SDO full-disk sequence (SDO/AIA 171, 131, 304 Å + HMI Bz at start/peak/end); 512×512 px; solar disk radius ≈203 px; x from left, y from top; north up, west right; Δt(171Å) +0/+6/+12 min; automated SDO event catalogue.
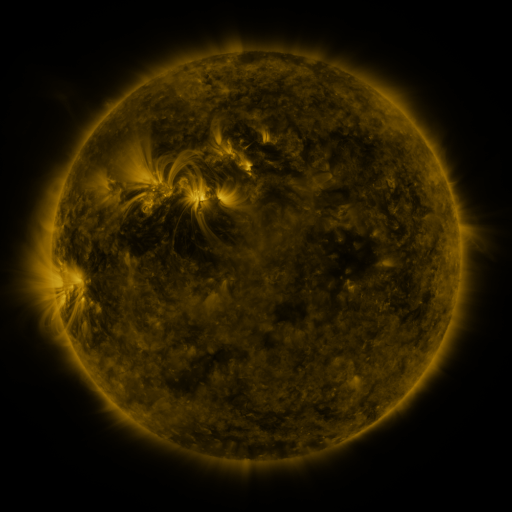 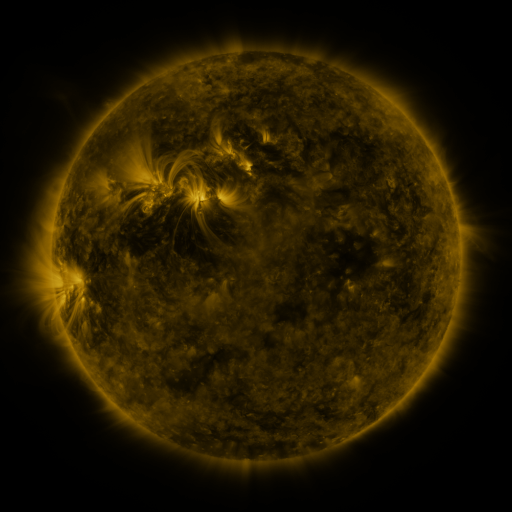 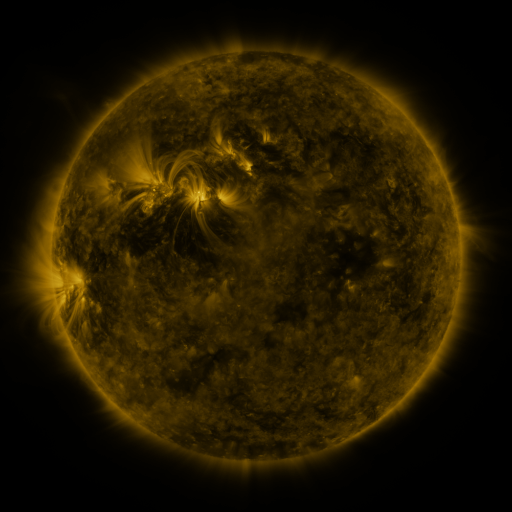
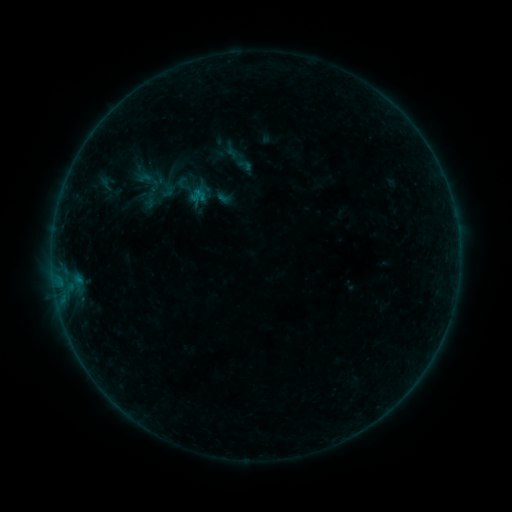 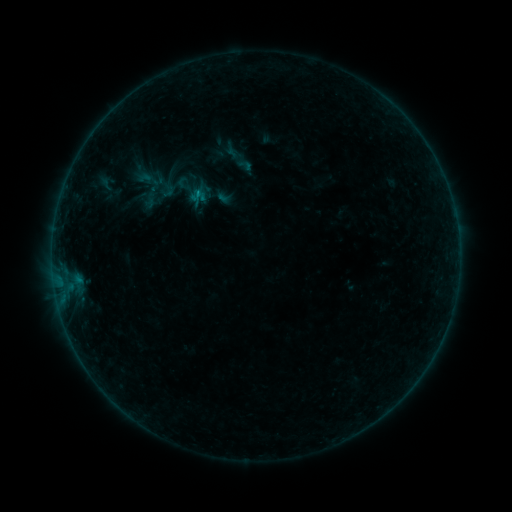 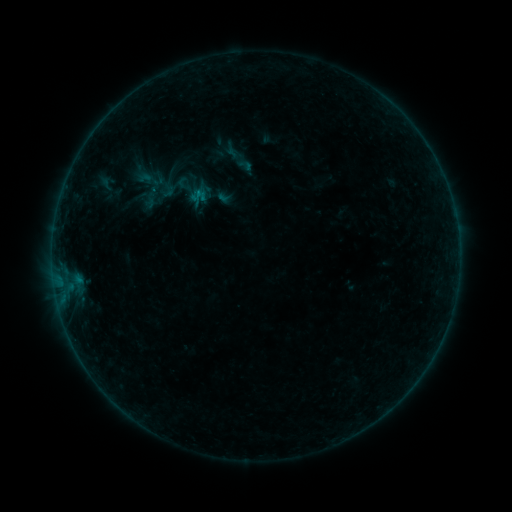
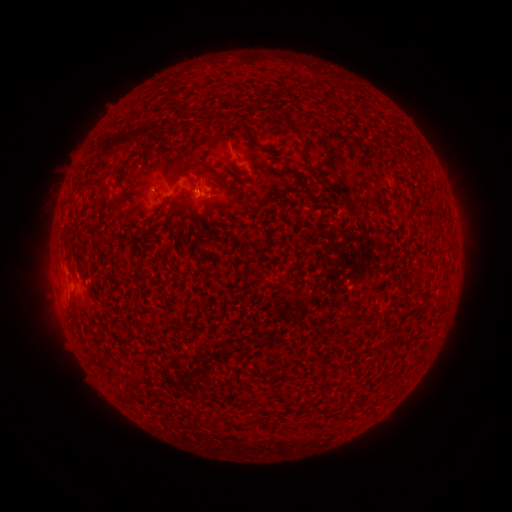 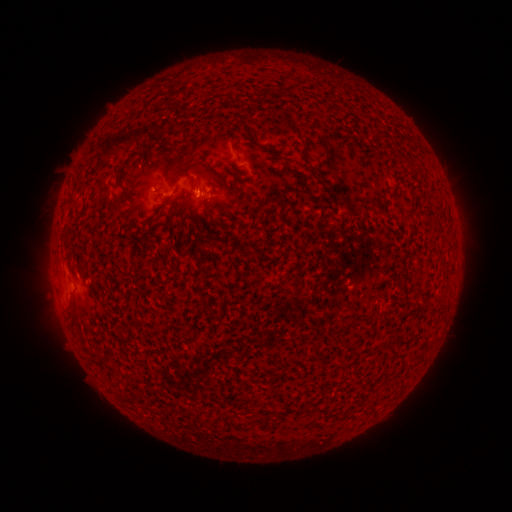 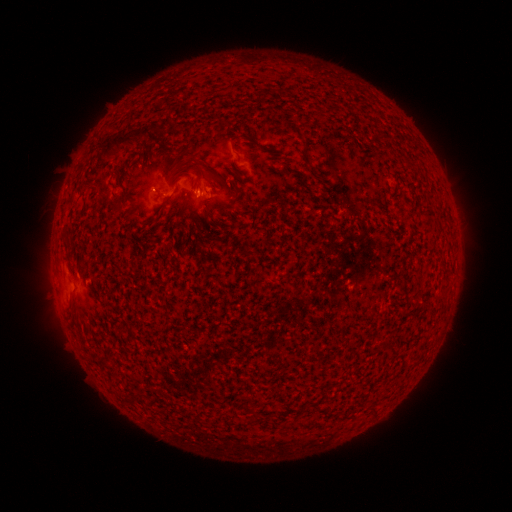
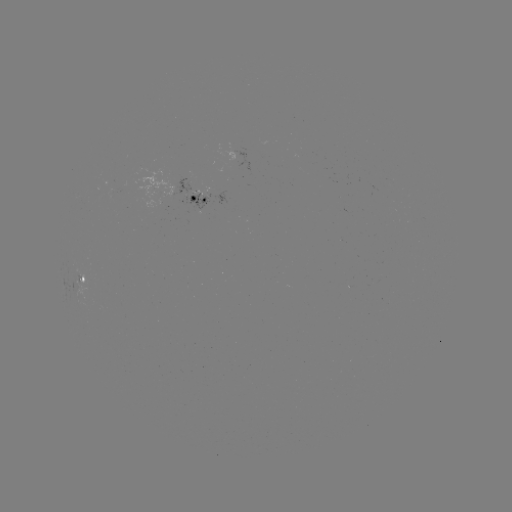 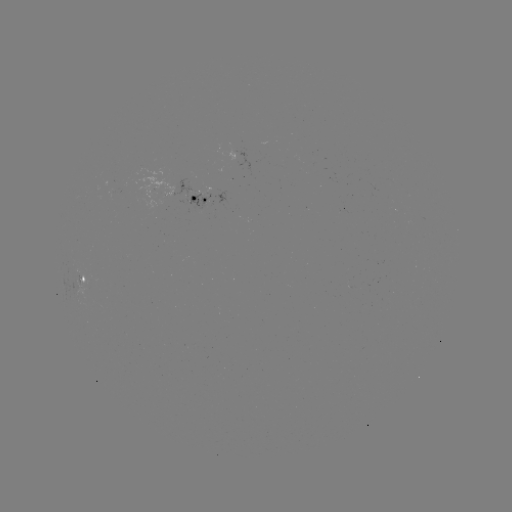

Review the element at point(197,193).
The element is B2.2 flare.